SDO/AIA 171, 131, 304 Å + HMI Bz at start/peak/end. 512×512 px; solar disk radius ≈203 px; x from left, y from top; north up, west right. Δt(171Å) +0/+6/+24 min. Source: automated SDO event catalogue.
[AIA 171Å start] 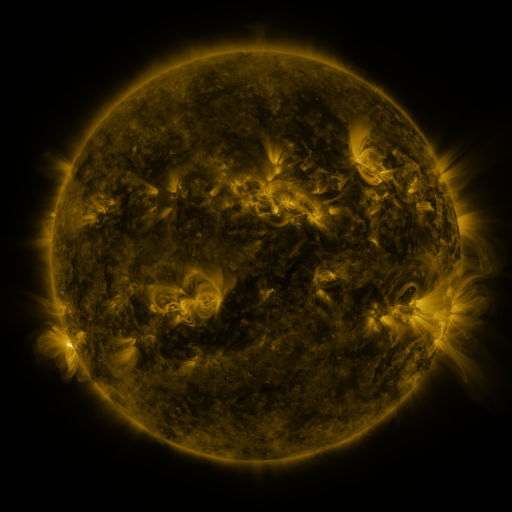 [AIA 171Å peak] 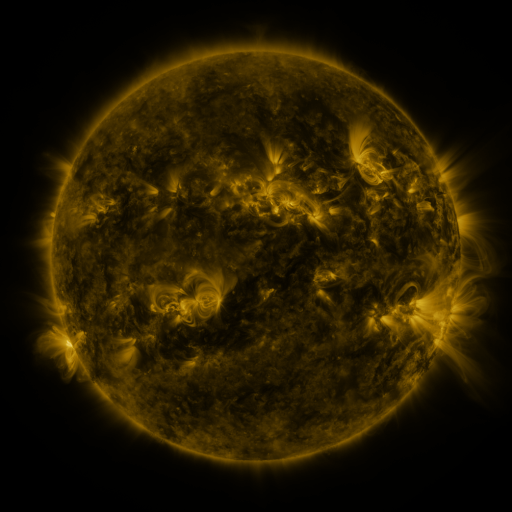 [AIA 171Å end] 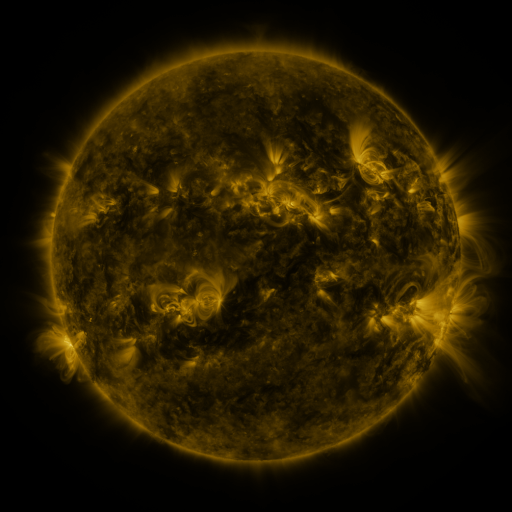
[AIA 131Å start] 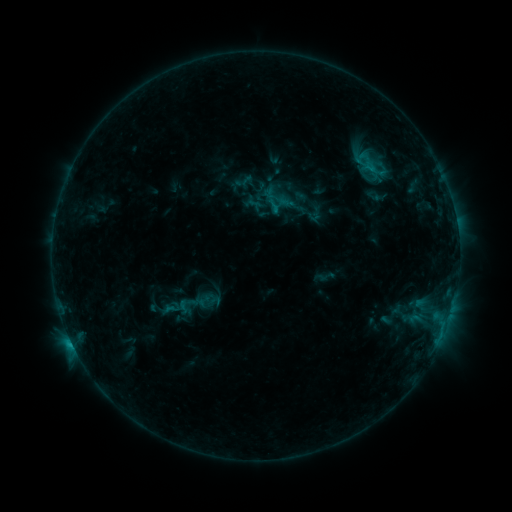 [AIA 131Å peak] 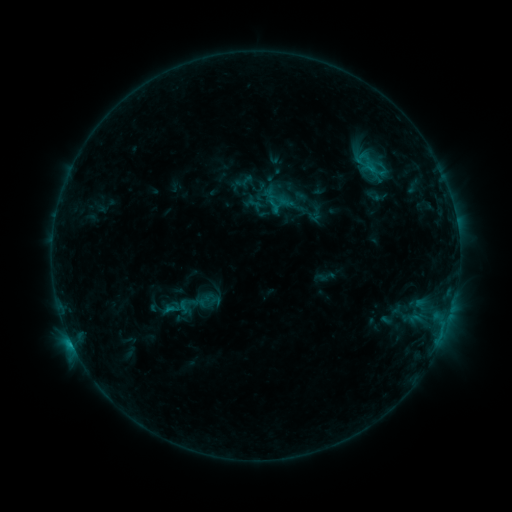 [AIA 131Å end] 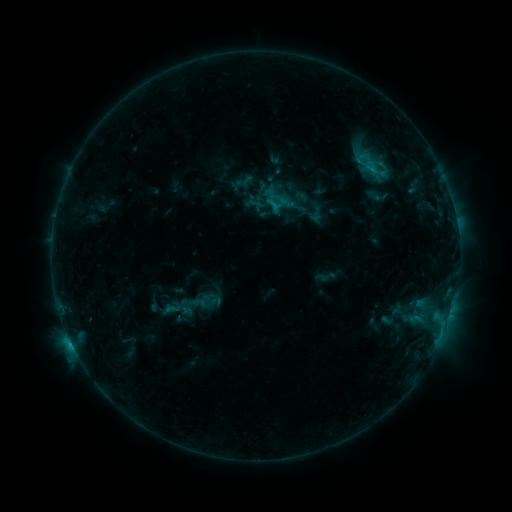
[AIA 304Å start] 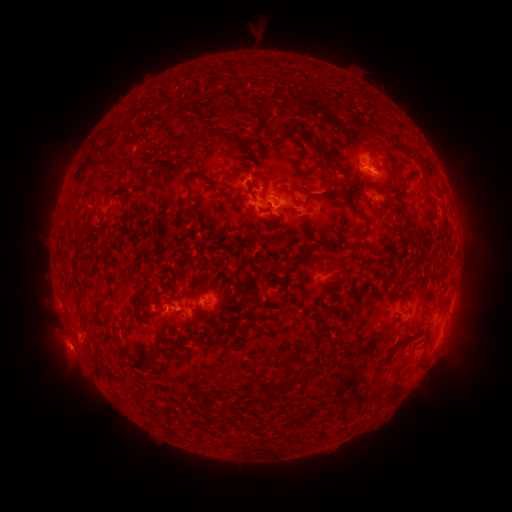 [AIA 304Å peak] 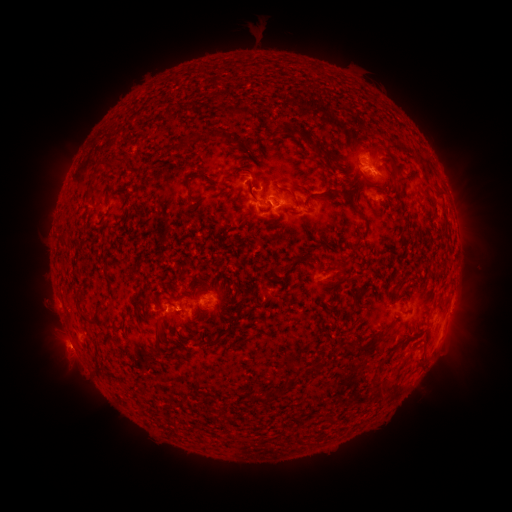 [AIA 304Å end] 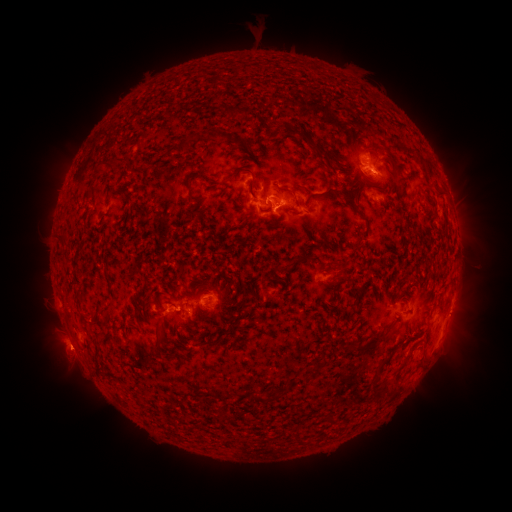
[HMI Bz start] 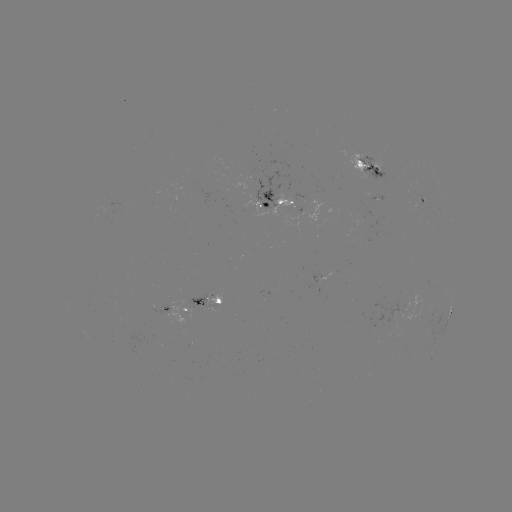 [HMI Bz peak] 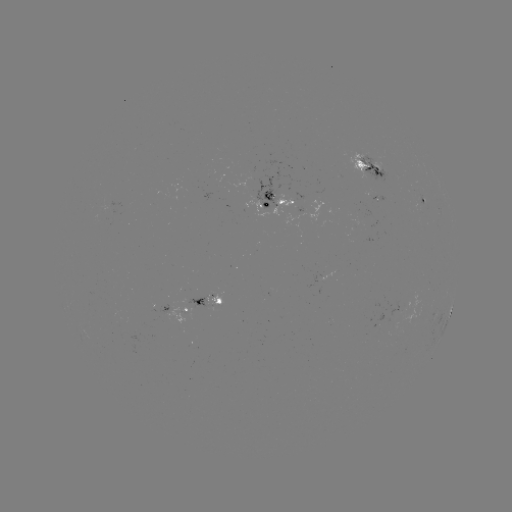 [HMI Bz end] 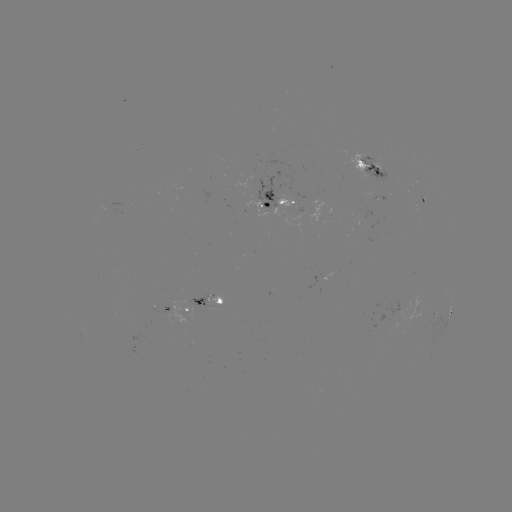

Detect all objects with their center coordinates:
C1.8 flare: (72, 340)
